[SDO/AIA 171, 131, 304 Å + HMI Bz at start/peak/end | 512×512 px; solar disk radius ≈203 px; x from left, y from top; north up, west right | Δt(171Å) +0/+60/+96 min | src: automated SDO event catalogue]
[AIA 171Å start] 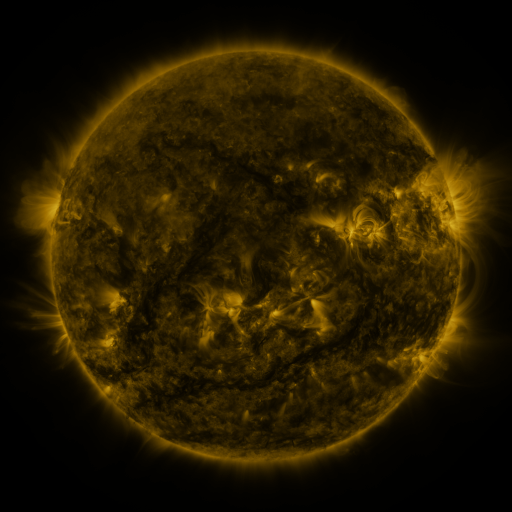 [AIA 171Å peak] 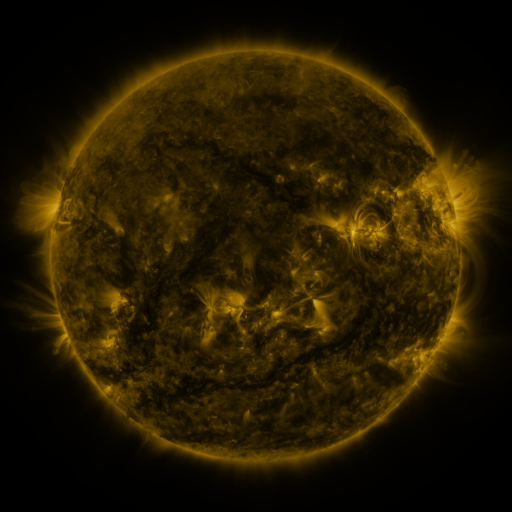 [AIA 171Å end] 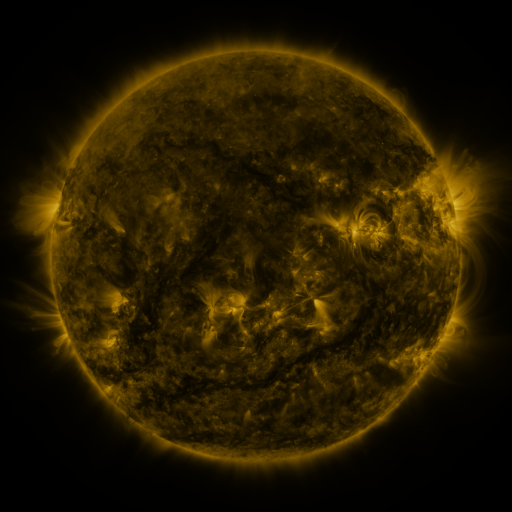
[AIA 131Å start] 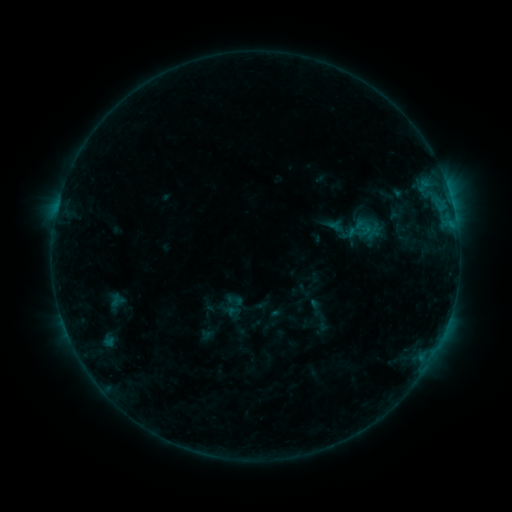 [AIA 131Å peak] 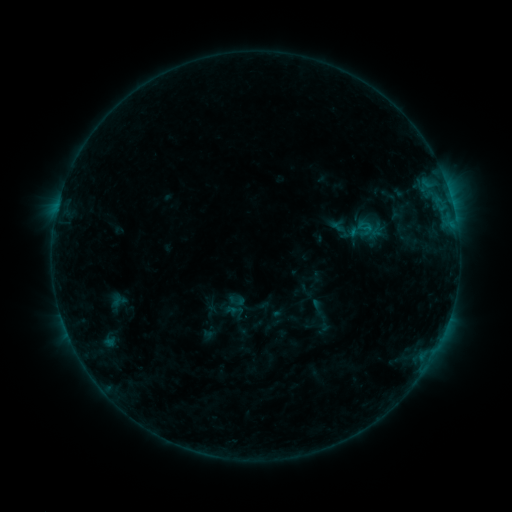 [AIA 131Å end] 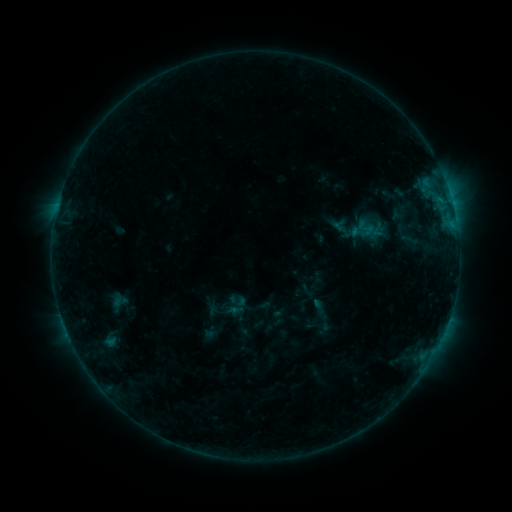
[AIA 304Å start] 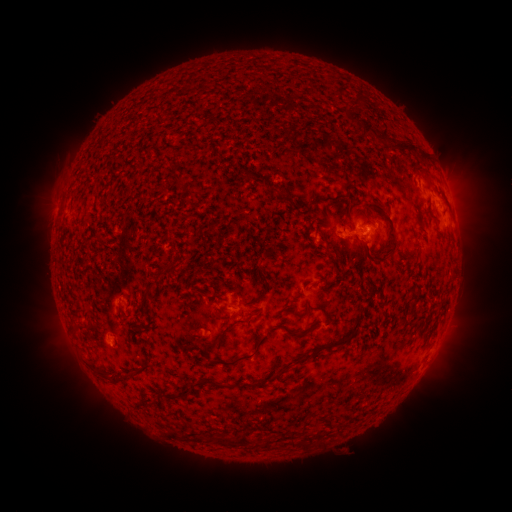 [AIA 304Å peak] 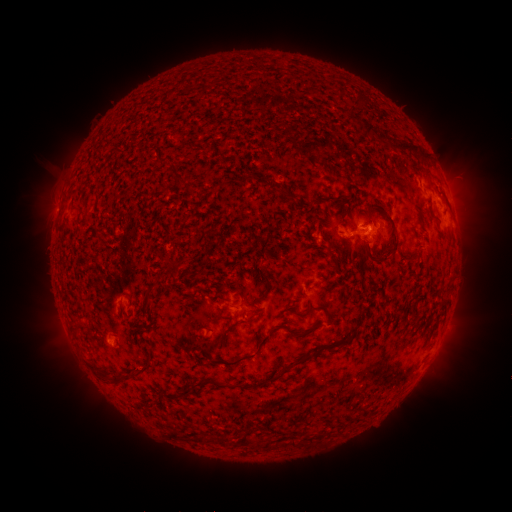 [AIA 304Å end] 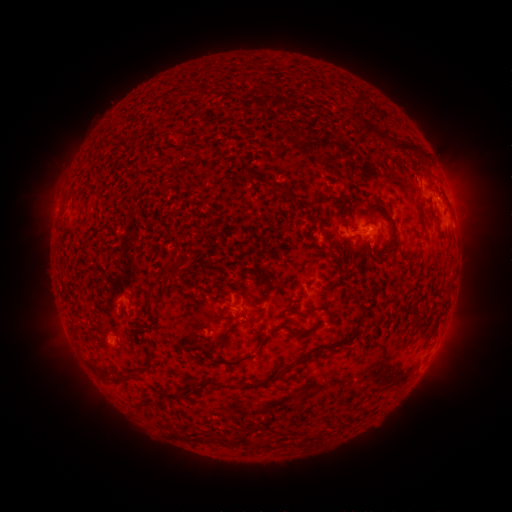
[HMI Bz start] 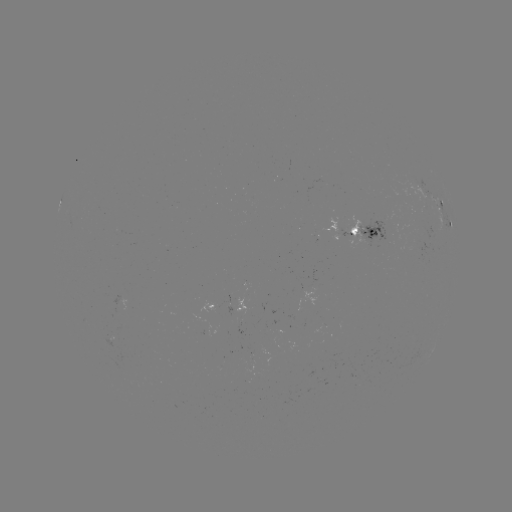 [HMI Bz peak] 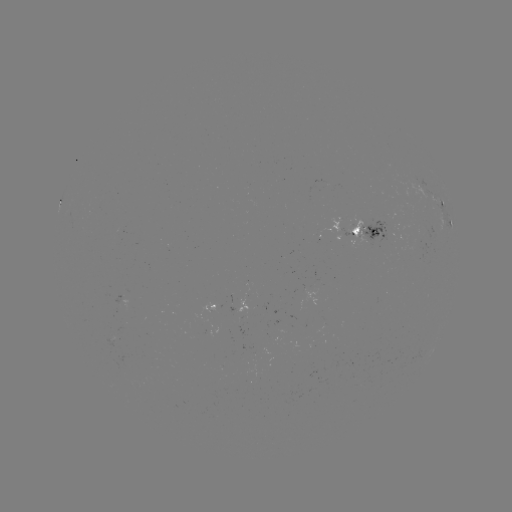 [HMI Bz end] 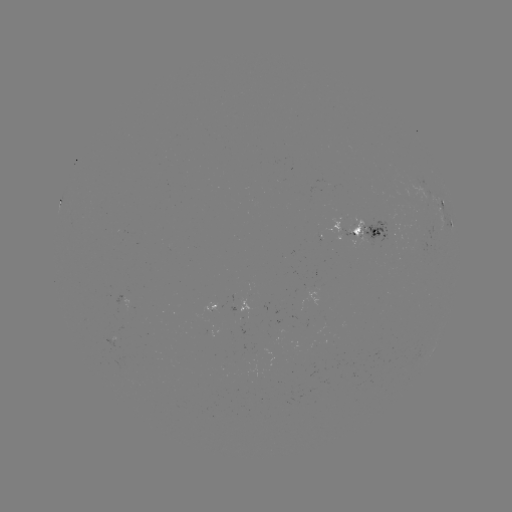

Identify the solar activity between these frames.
emerging-flux region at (418, 245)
